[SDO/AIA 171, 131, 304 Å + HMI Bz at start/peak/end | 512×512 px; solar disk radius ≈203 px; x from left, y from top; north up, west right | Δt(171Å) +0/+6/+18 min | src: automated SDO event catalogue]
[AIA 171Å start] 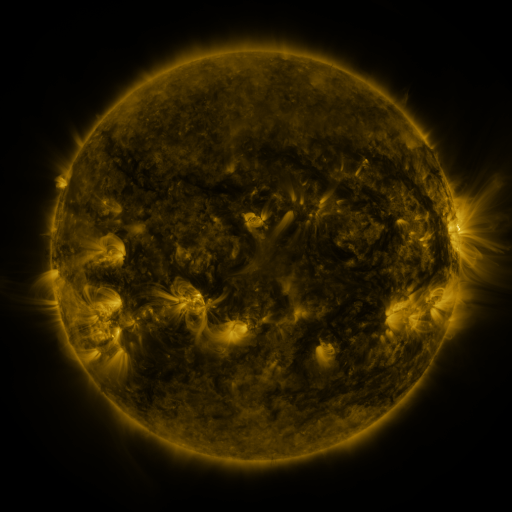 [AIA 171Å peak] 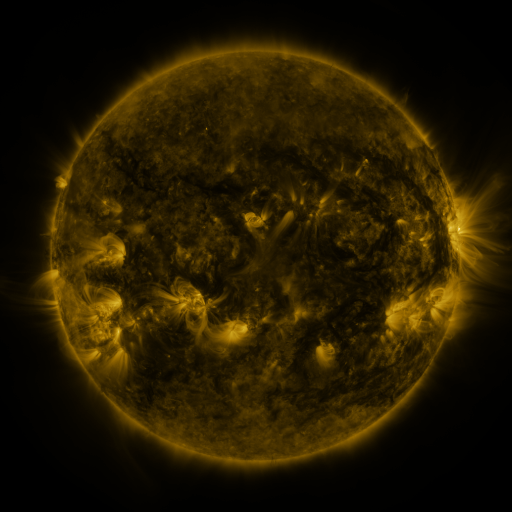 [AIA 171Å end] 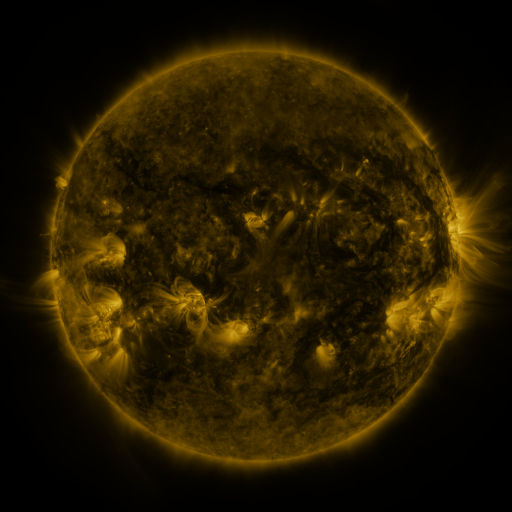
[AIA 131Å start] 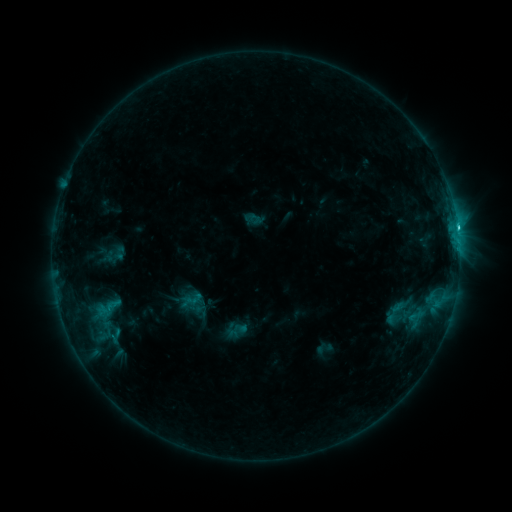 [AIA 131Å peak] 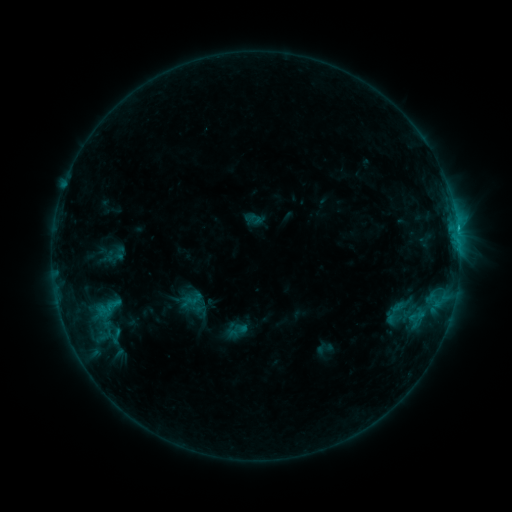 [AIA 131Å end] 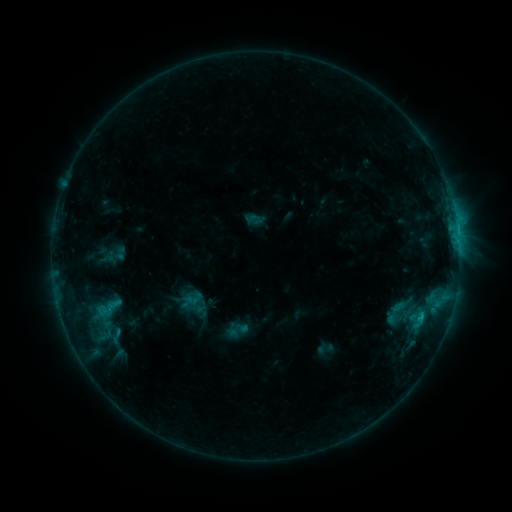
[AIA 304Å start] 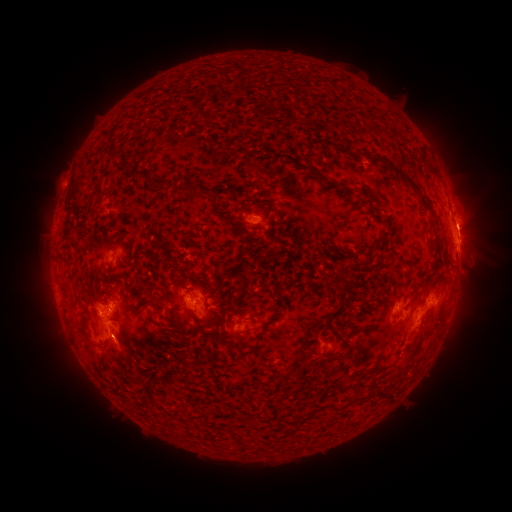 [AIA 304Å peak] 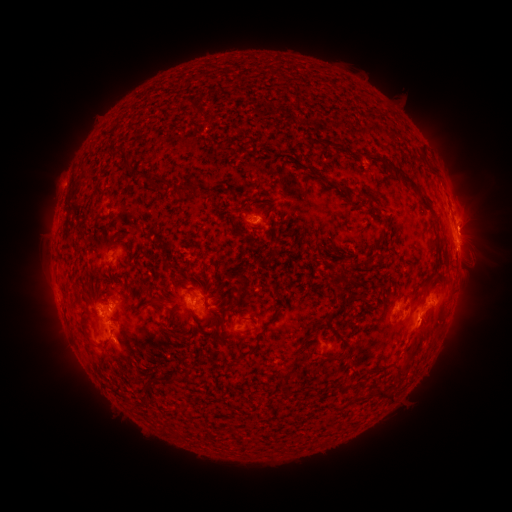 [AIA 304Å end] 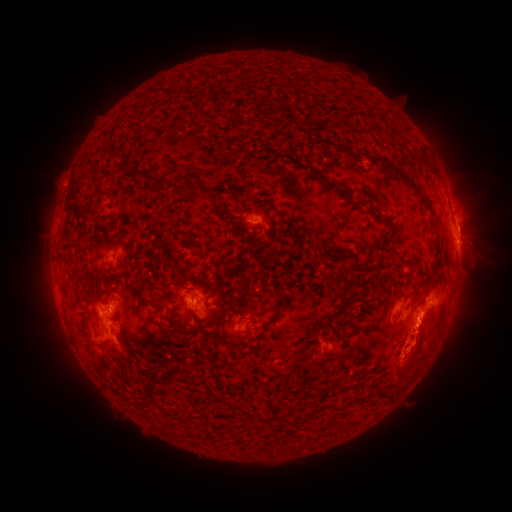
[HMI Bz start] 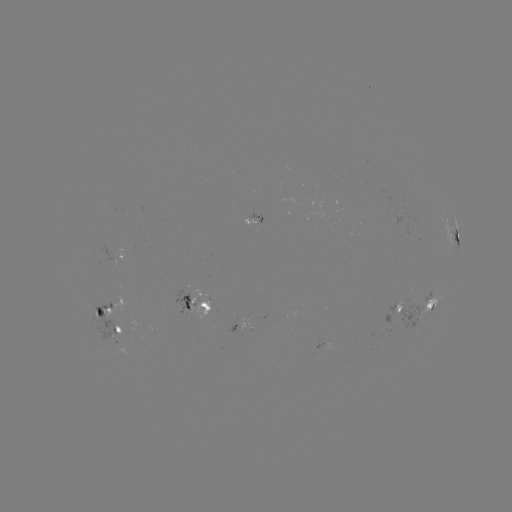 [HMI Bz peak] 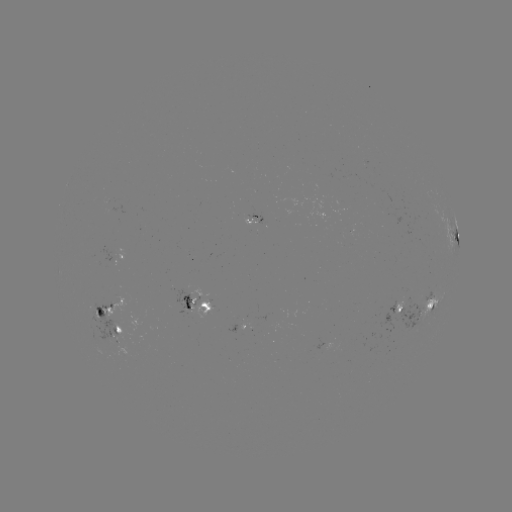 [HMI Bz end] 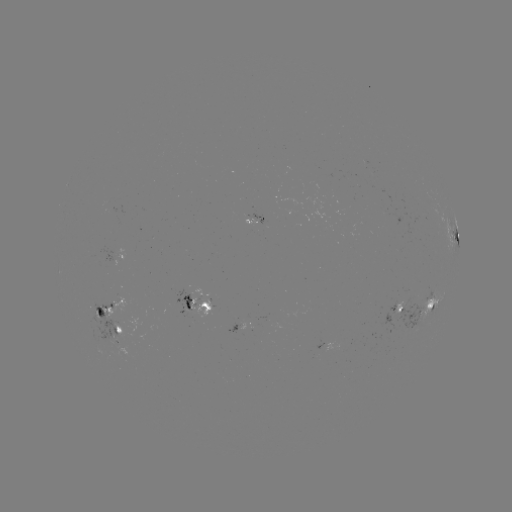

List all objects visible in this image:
eruption: (423, 342)
